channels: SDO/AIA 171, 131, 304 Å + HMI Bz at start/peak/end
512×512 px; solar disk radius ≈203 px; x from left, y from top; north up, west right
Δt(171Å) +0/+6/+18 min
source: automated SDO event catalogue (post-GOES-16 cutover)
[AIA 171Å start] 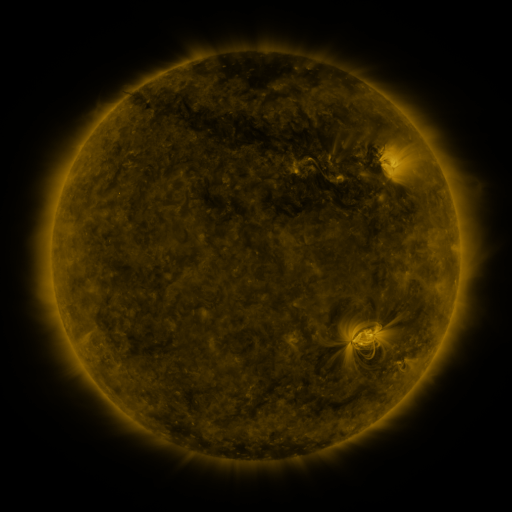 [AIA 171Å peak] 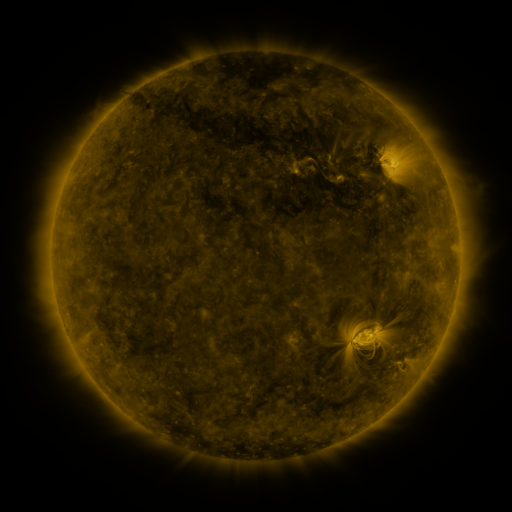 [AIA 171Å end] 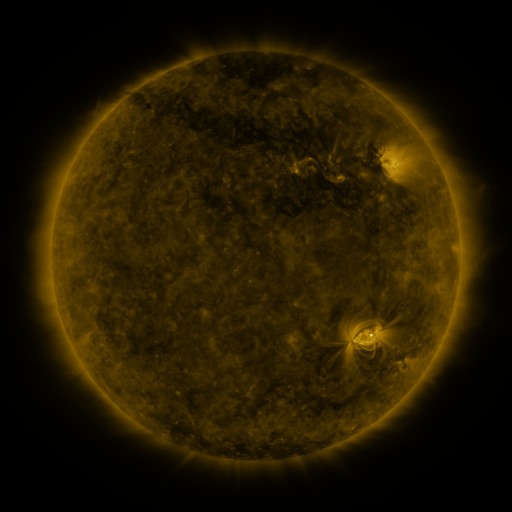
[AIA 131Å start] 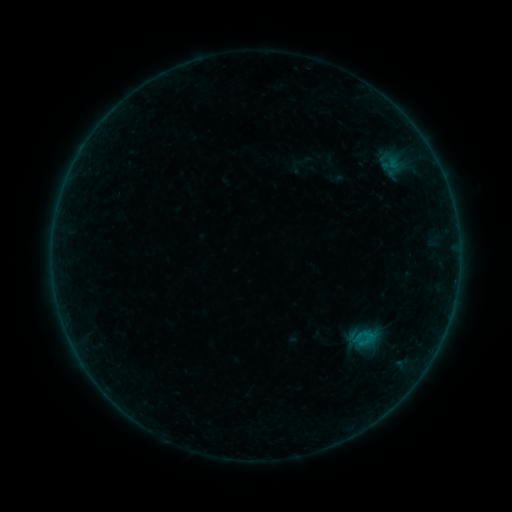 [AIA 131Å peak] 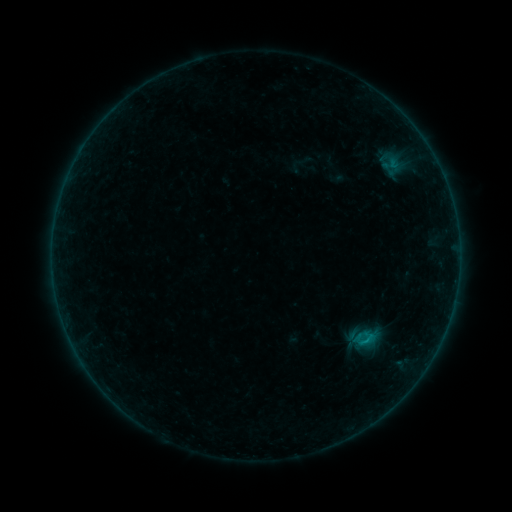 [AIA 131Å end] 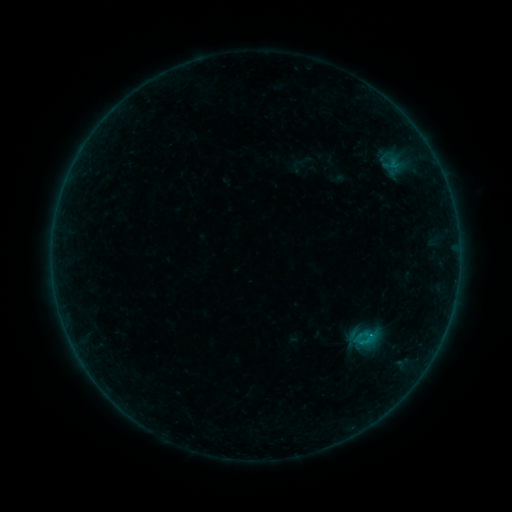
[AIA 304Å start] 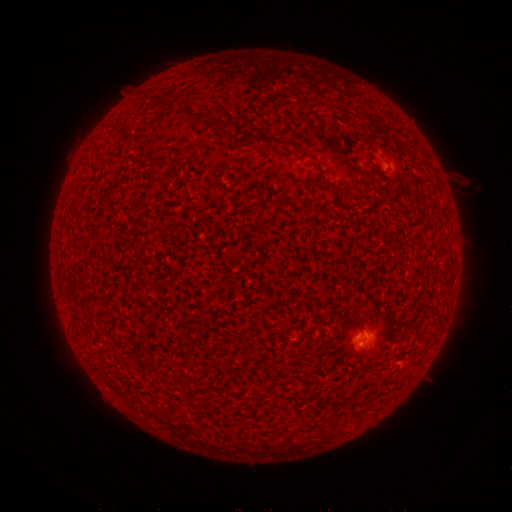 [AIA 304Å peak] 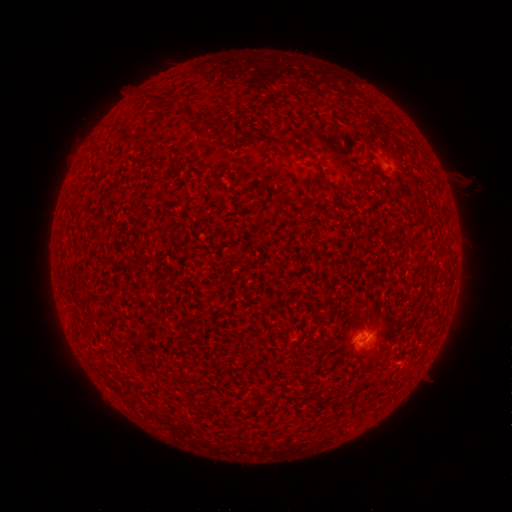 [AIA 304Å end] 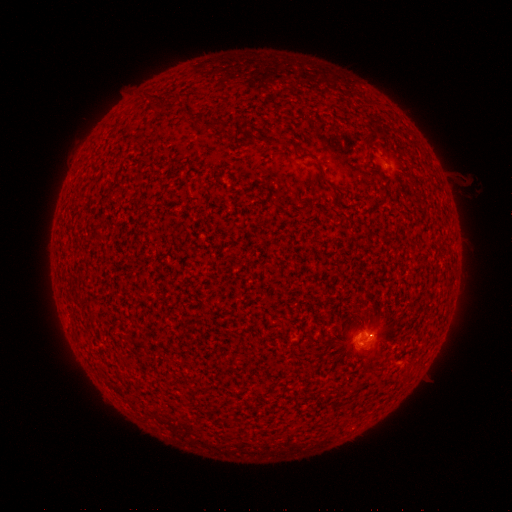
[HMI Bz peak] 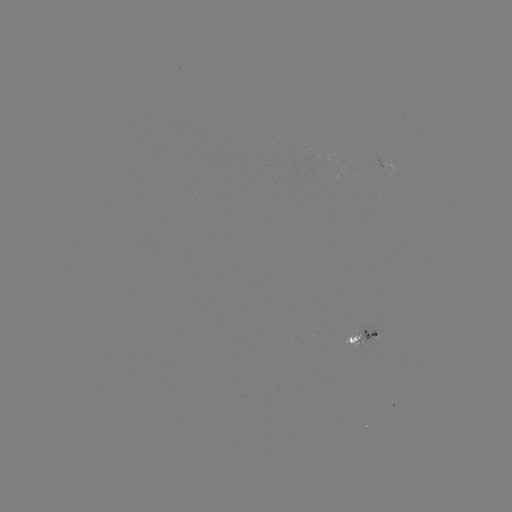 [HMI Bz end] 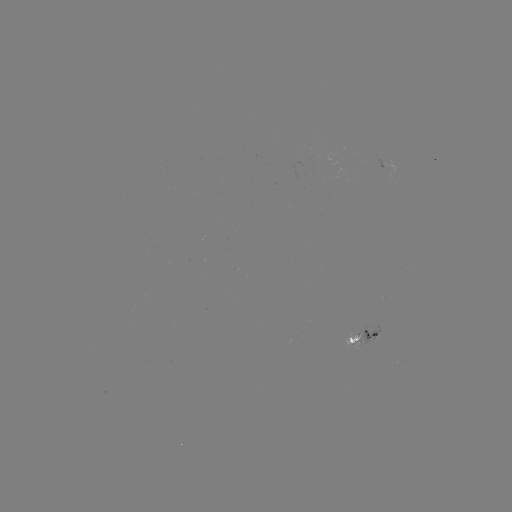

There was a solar flare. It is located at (365, 338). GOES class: B3.4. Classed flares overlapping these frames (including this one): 1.